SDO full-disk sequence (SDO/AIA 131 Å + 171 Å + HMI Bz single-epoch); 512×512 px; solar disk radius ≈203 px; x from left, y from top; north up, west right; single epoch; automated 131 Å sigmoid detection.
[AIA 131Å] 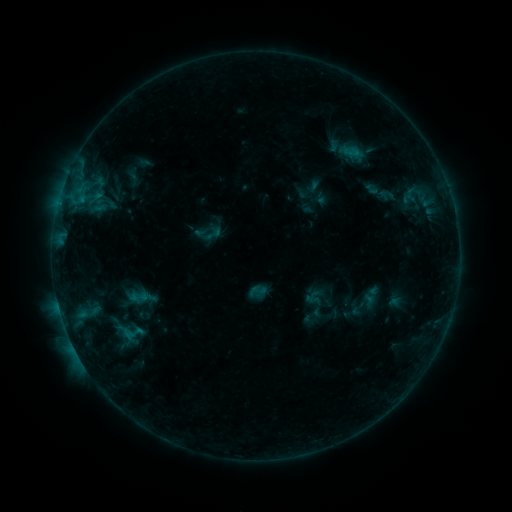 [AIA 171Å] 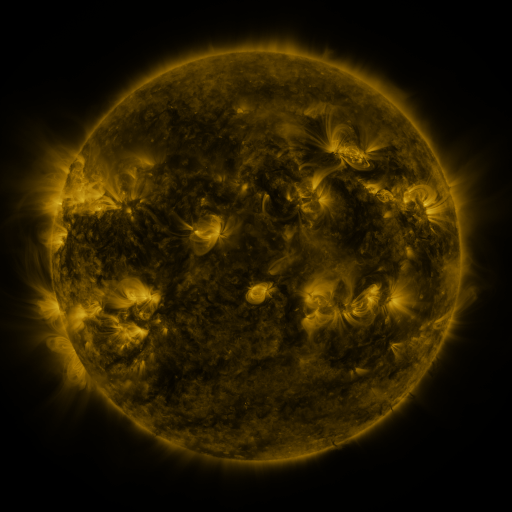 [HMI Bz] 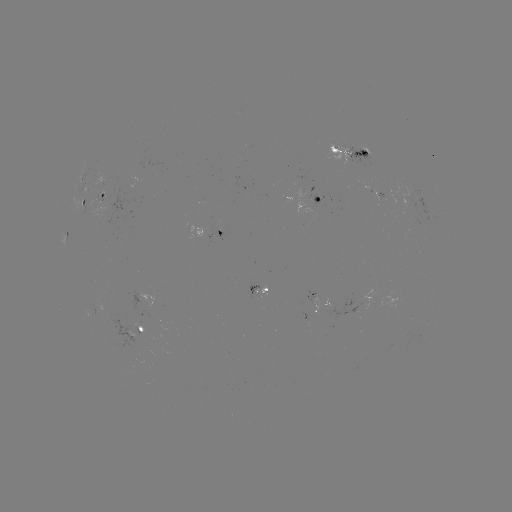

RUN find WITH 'sigmoid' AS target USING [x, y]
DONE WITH [212, 234] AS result